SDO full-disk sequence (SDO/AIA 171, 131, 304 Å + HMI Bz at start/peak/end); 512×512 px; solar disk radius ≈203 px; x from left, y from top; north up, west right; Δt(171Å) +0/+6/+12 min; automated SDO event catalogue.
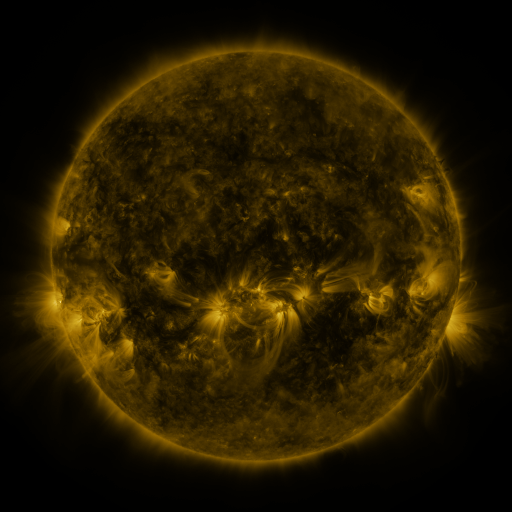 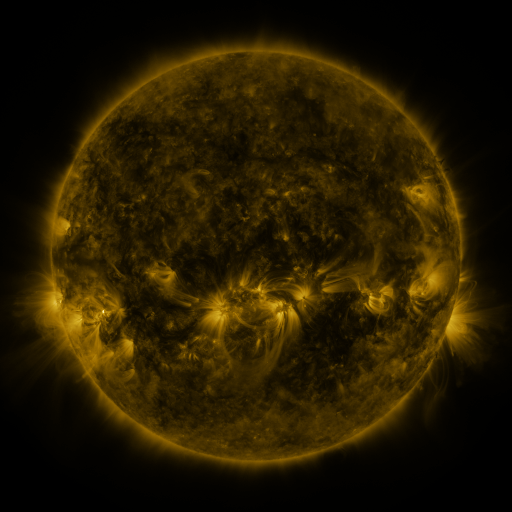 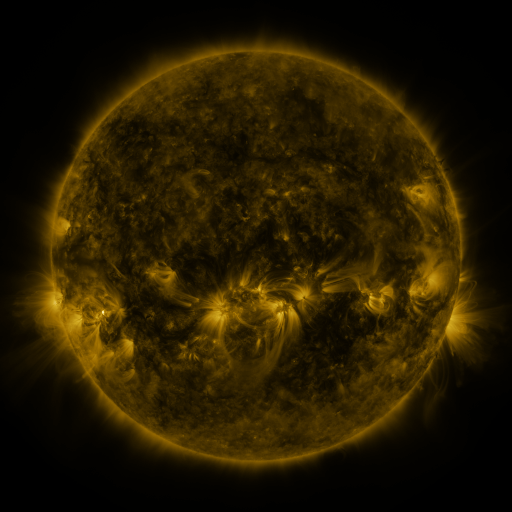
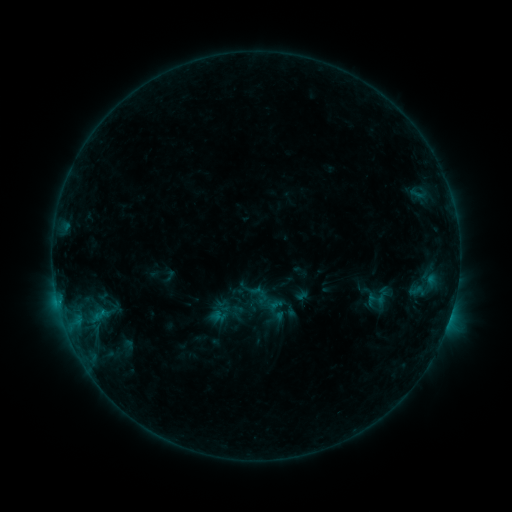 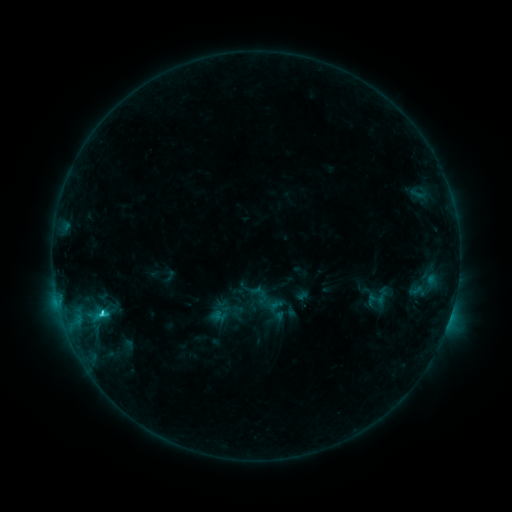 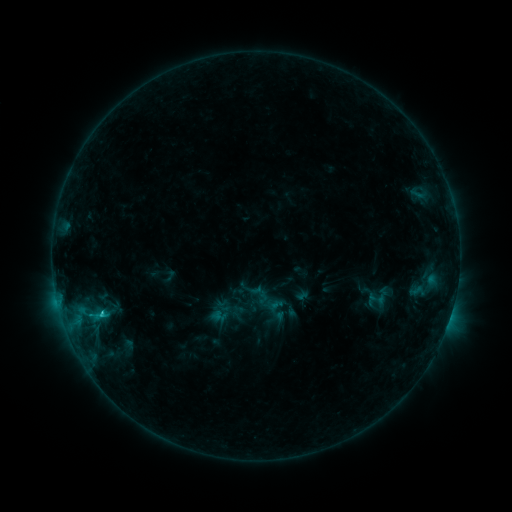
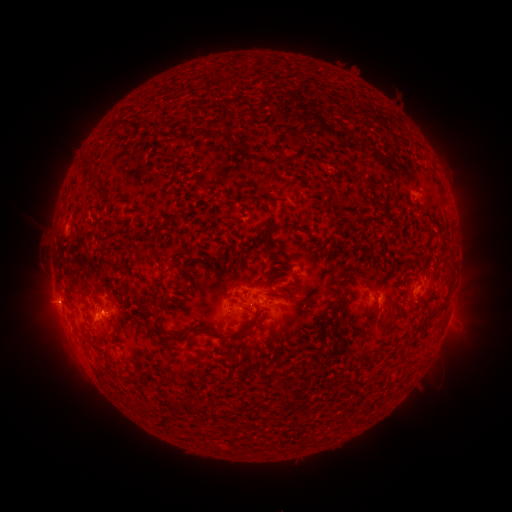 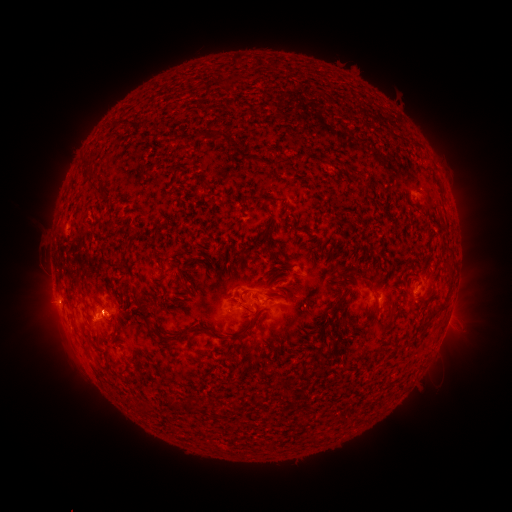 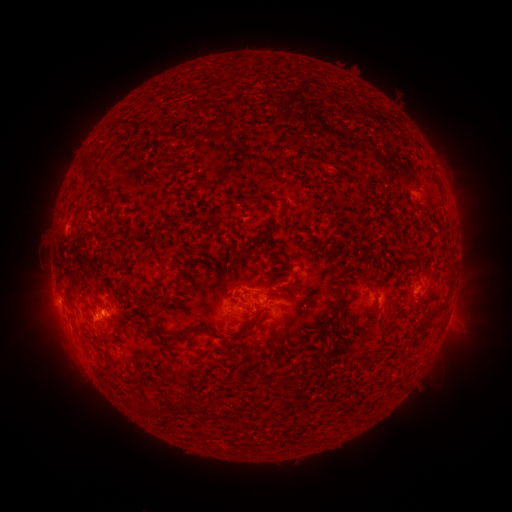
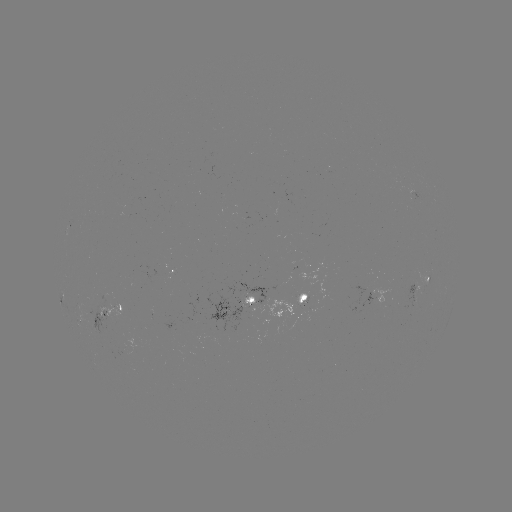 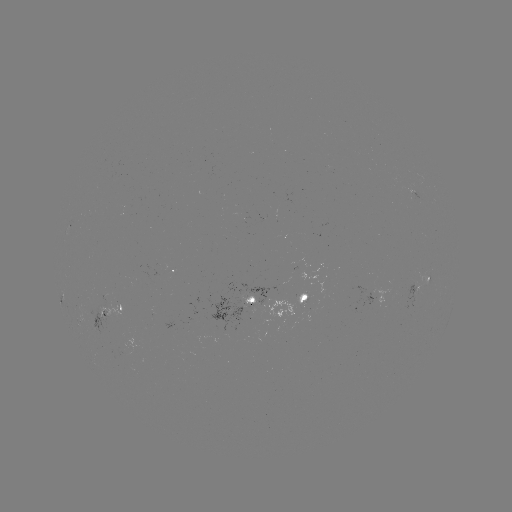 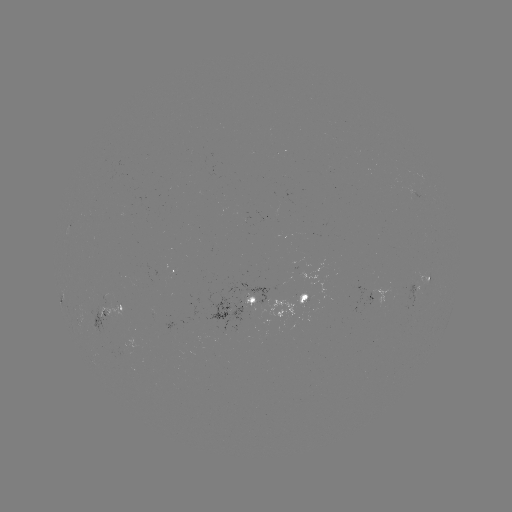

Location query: C1.7 flare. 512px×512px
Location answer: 102,310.